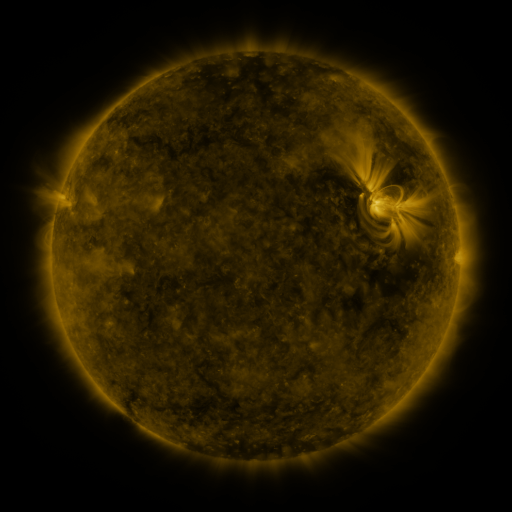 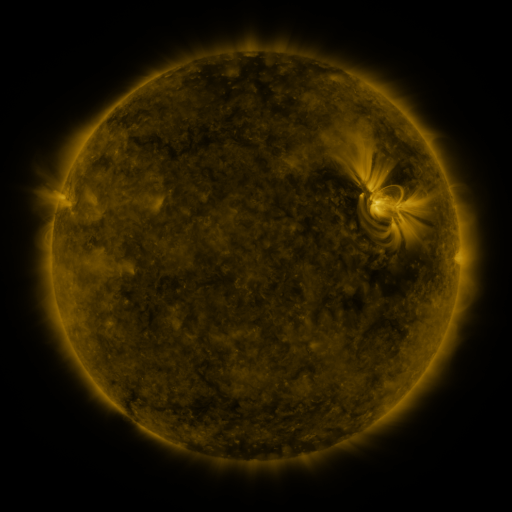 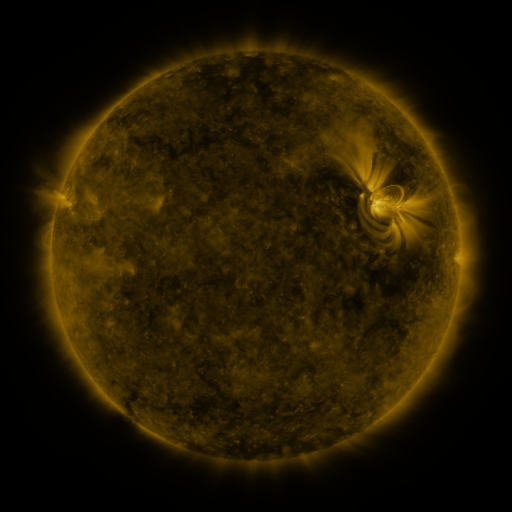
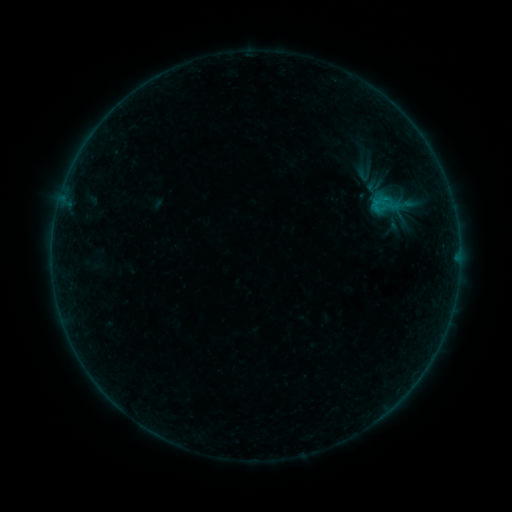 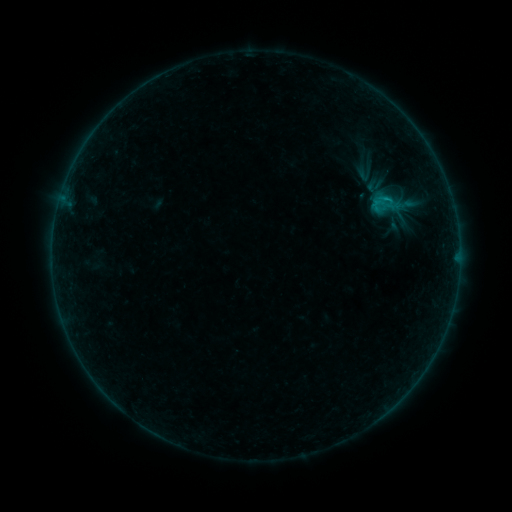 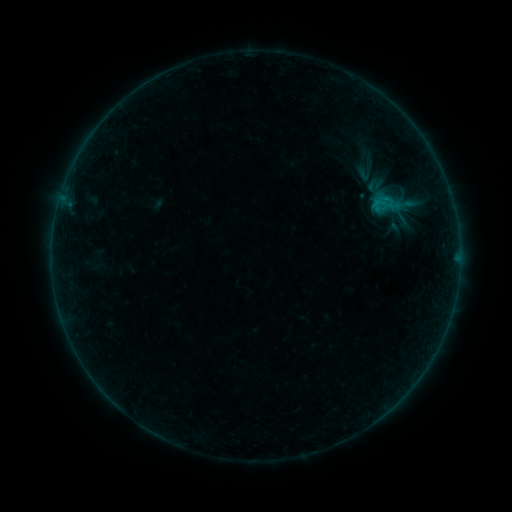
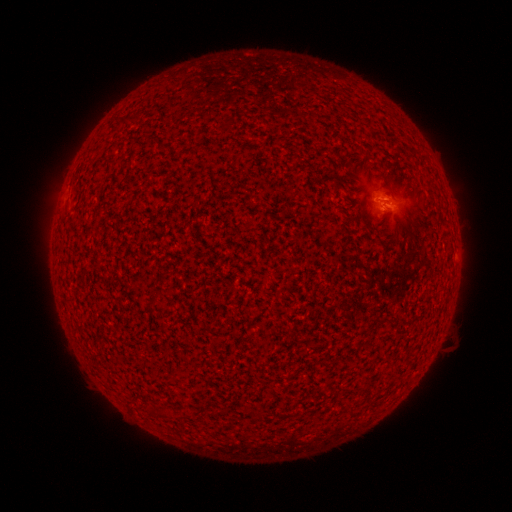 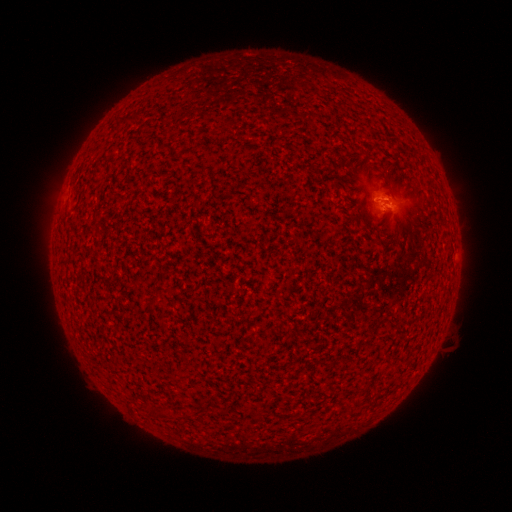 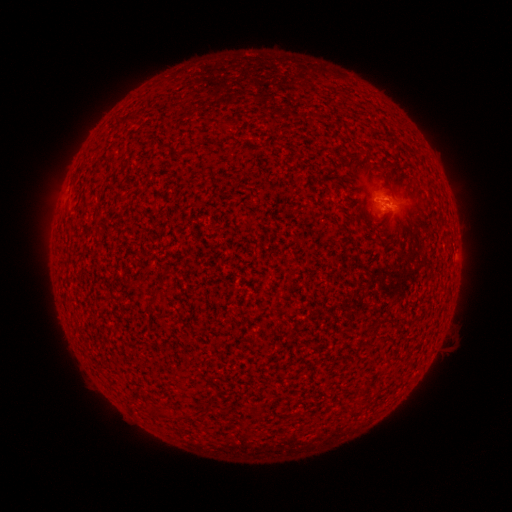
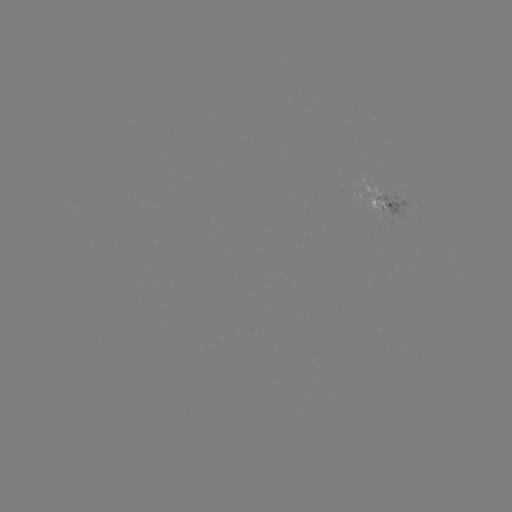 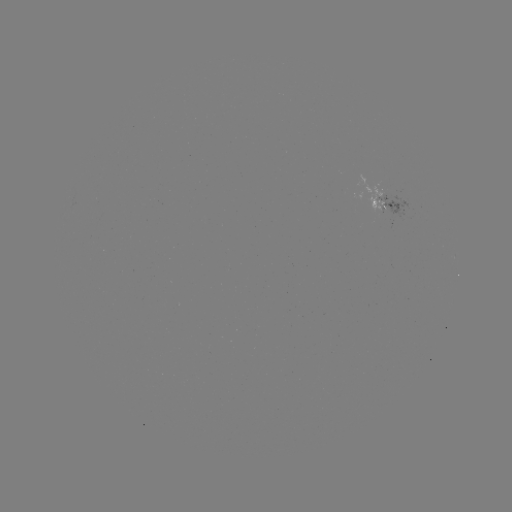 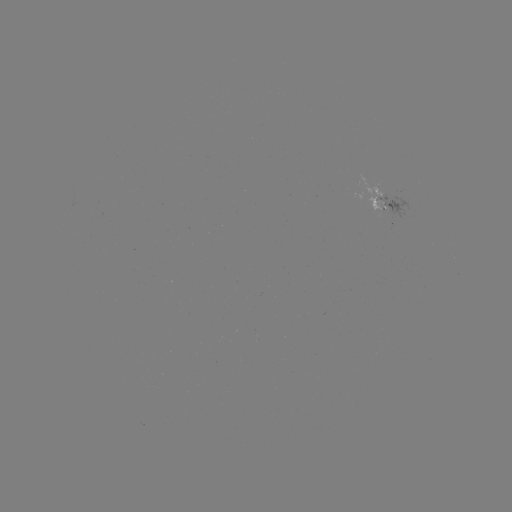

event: flare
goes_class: B2.4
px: (385, 201)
